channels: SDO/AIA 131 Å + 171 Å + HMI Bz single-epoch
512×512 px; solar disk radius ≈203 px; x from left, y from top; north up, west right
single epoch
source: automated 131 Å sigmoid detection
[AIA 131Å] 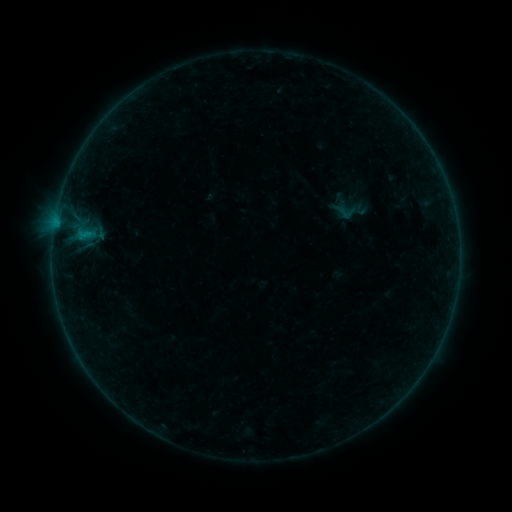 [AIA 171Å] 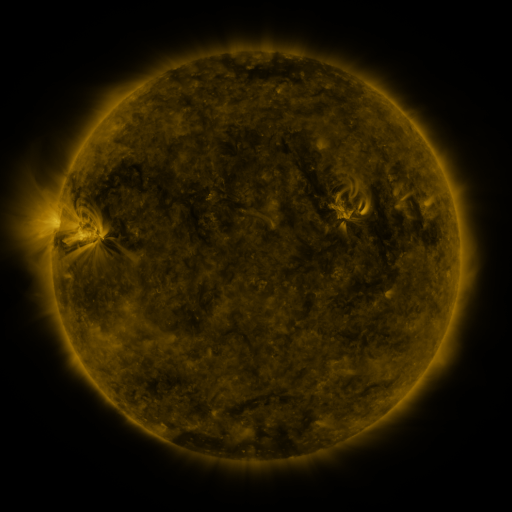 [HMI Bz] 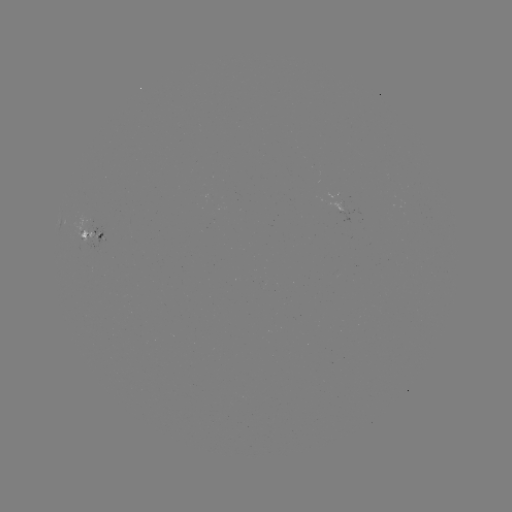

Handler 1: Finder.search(sigmoid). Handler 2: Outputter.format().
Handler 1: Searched sigmoid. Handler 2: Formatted [345, 213].